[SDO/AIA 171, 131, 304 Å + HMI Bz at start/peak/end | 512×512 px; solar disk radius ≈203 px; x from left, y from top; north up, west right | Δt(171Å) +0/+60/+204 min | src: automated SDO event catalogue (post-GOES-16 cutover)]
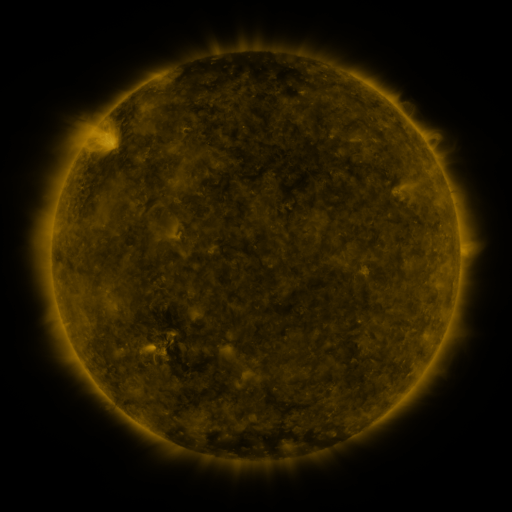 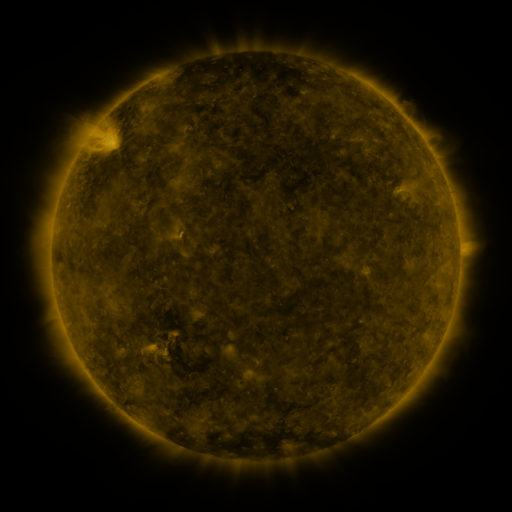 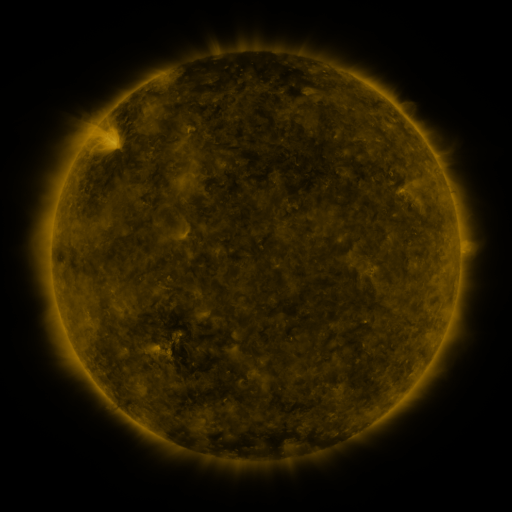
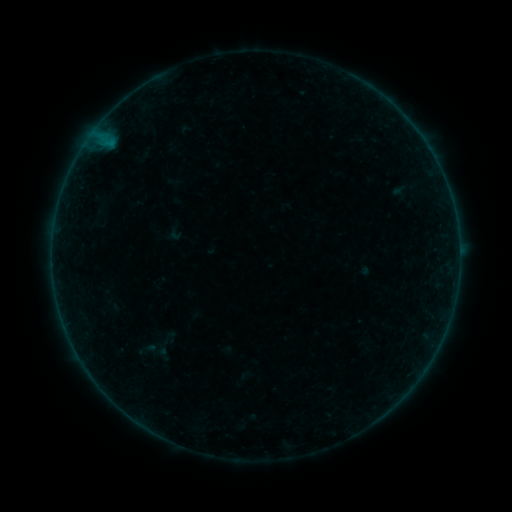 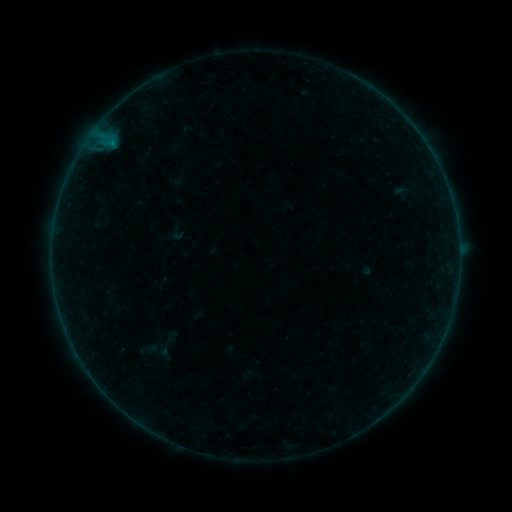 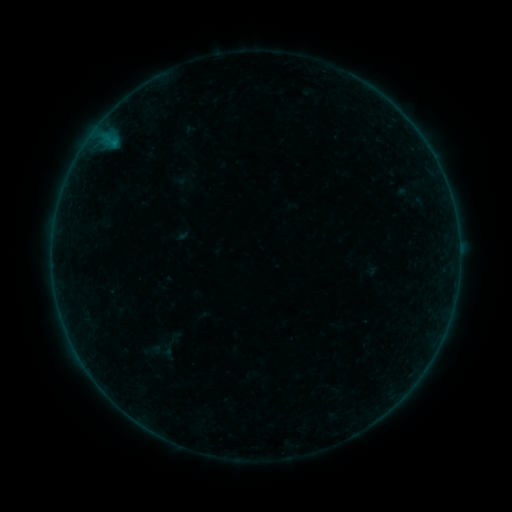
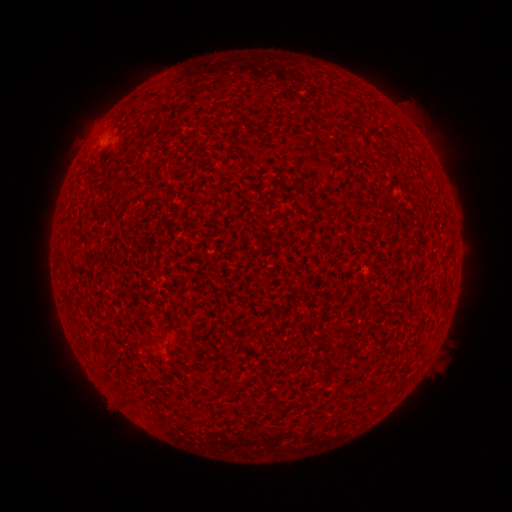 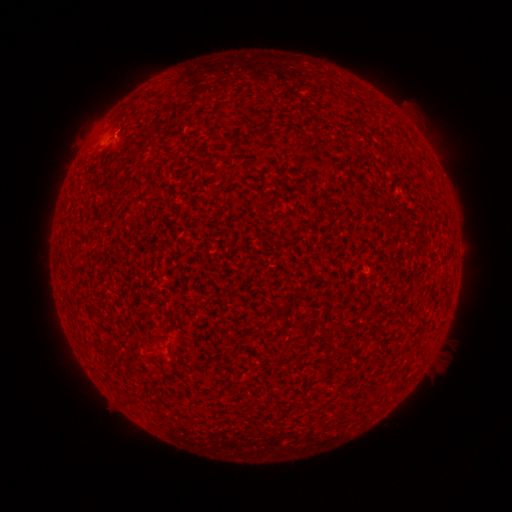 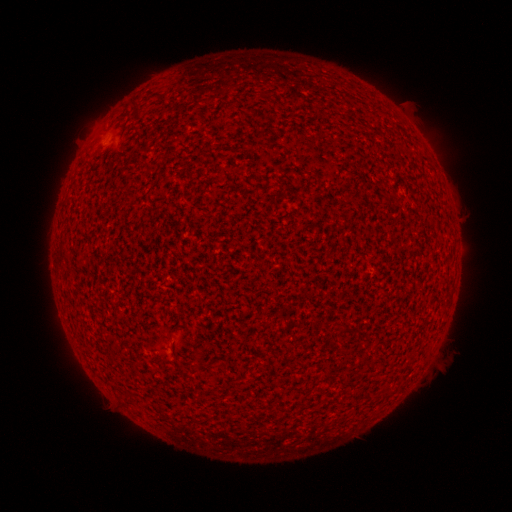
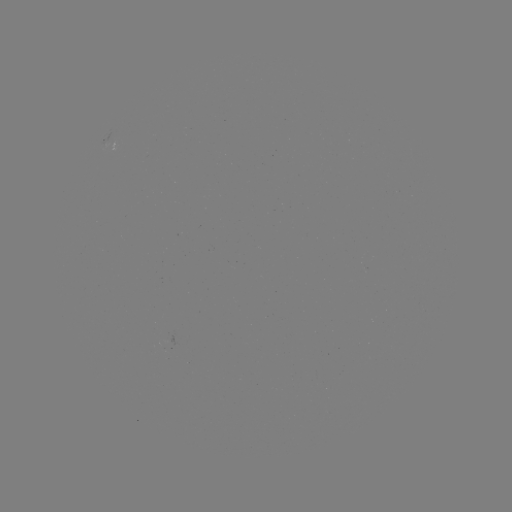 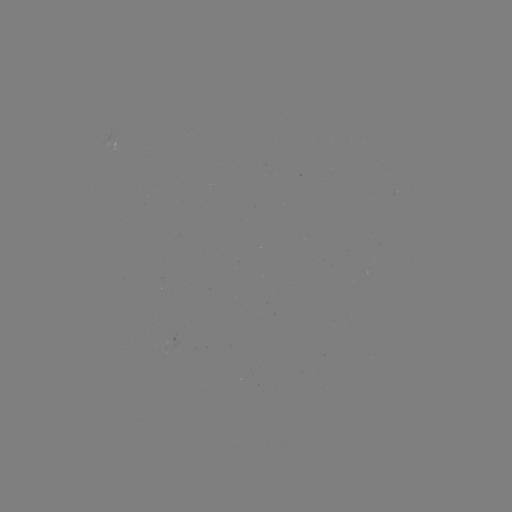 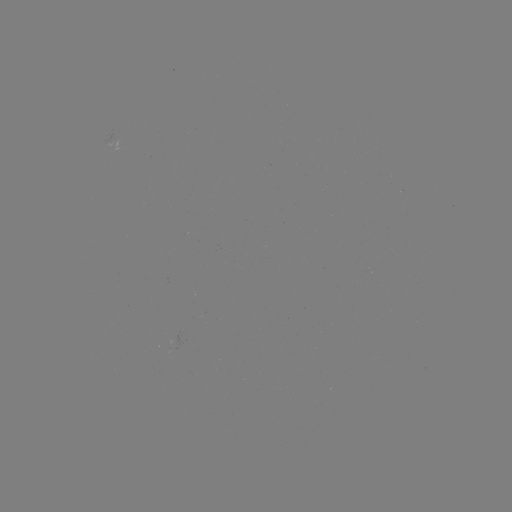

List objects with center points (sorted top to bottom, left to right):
A2.8 flare: (116, 135)
